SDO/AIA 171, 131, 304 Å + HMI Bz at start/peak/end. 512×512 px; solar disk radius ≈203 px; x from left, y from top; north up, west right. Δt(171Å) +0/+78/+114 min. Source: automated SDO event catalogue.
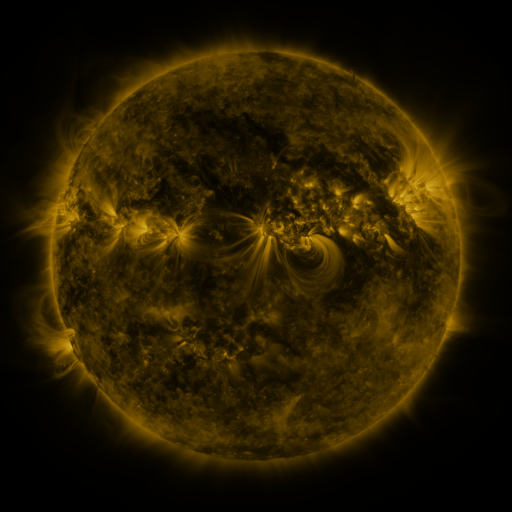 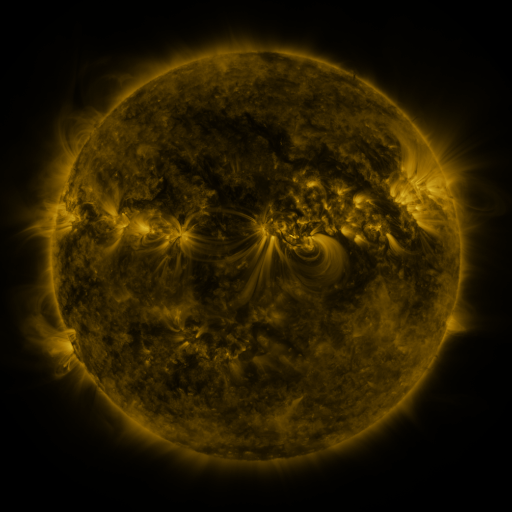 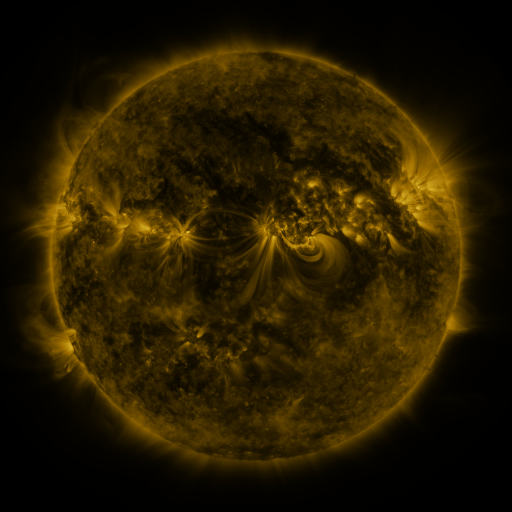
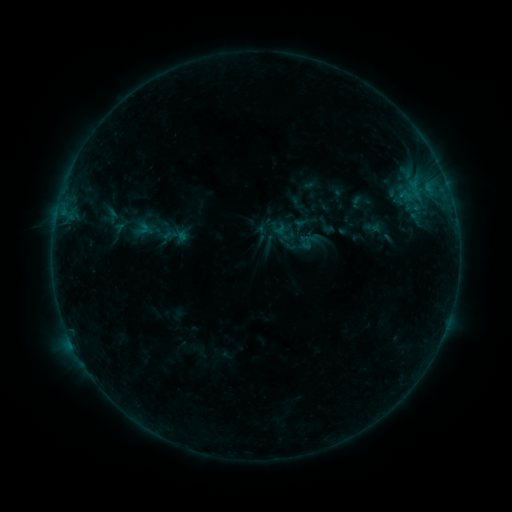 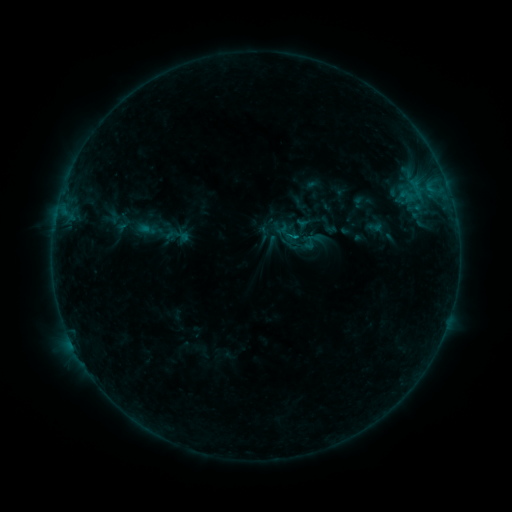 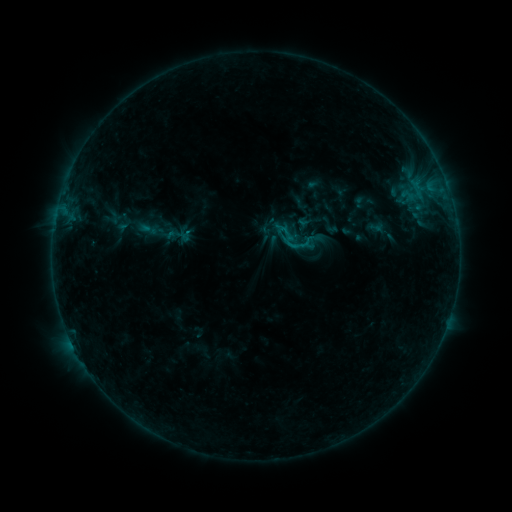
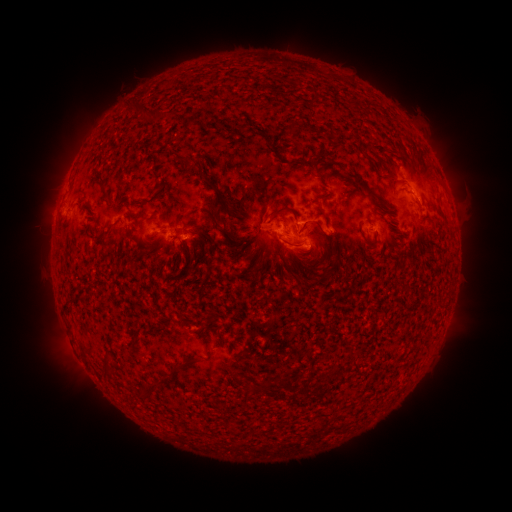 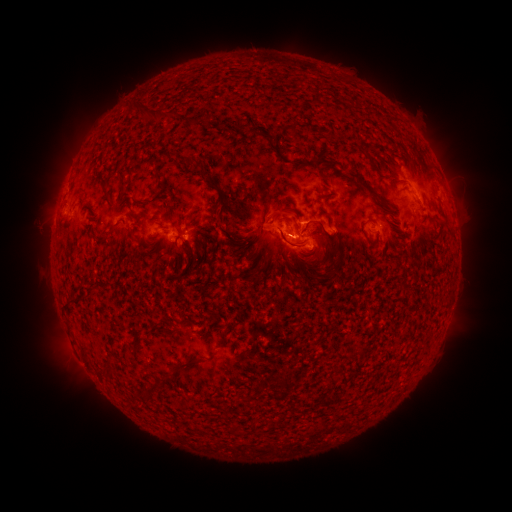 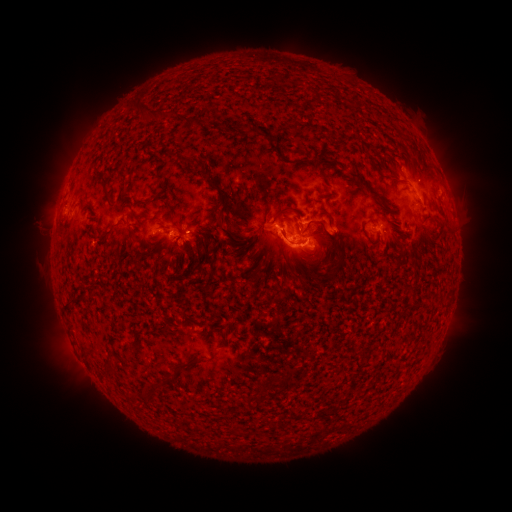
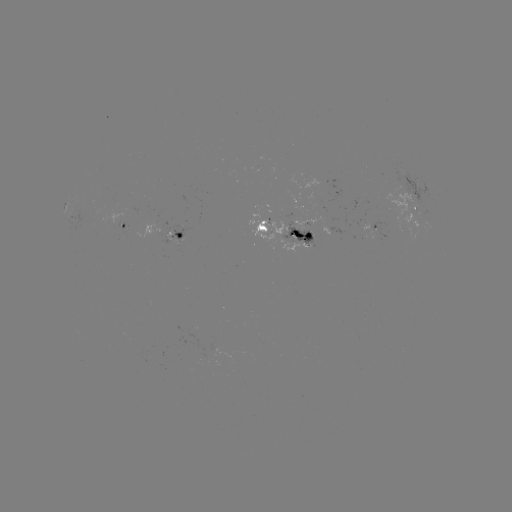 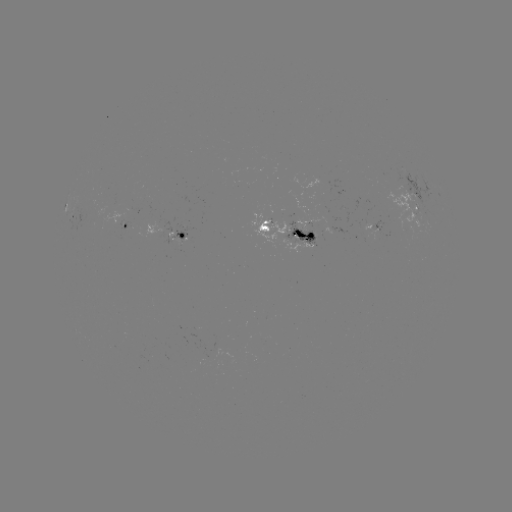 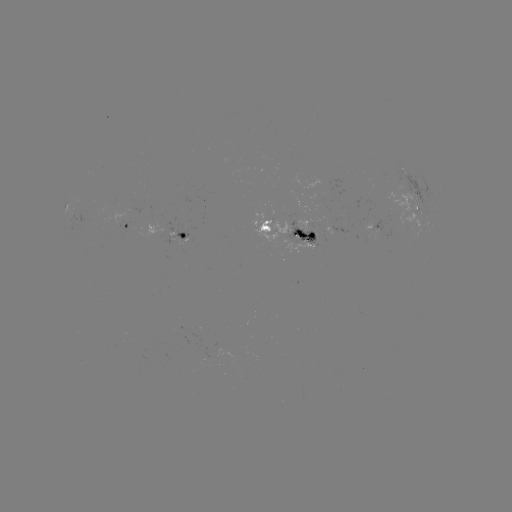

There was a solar emerging-flux region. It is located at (203, 359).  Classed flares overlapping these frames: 1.